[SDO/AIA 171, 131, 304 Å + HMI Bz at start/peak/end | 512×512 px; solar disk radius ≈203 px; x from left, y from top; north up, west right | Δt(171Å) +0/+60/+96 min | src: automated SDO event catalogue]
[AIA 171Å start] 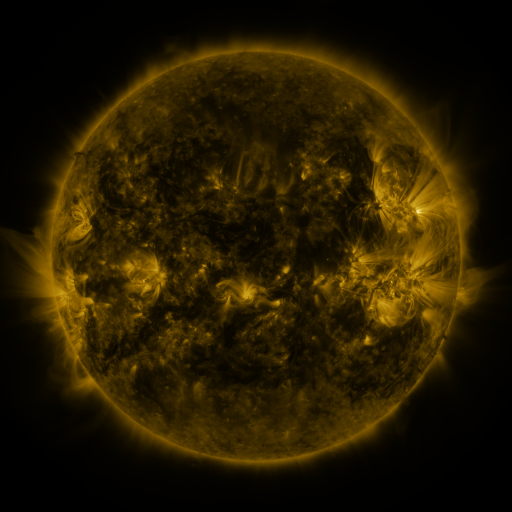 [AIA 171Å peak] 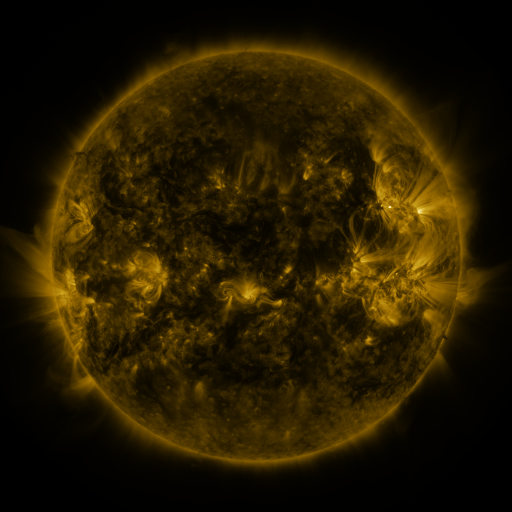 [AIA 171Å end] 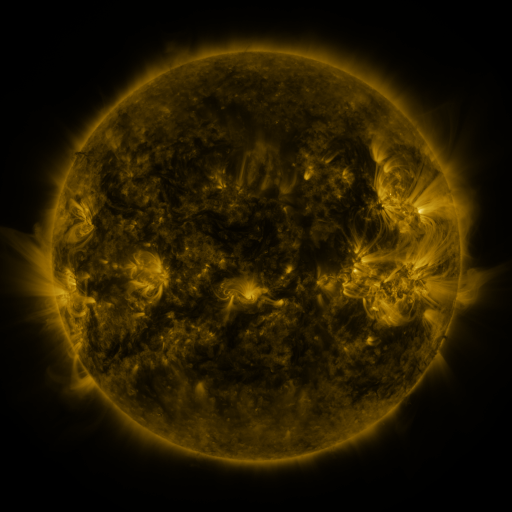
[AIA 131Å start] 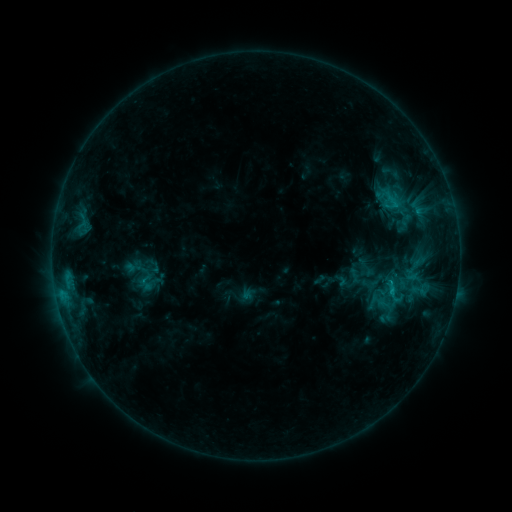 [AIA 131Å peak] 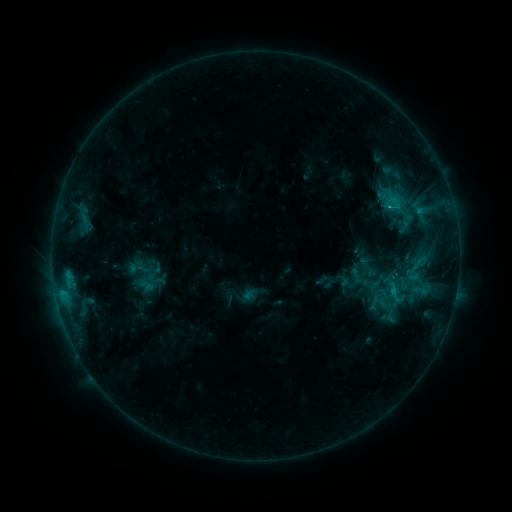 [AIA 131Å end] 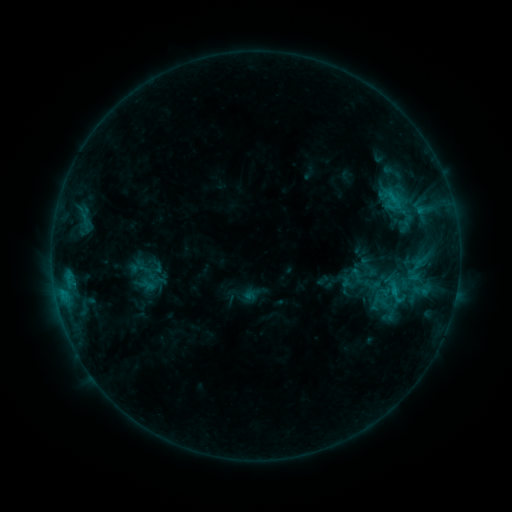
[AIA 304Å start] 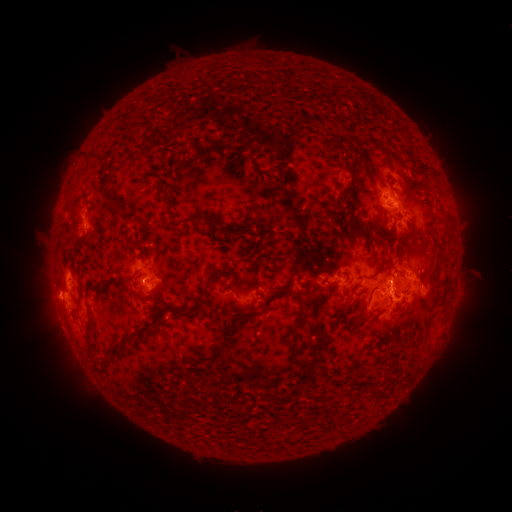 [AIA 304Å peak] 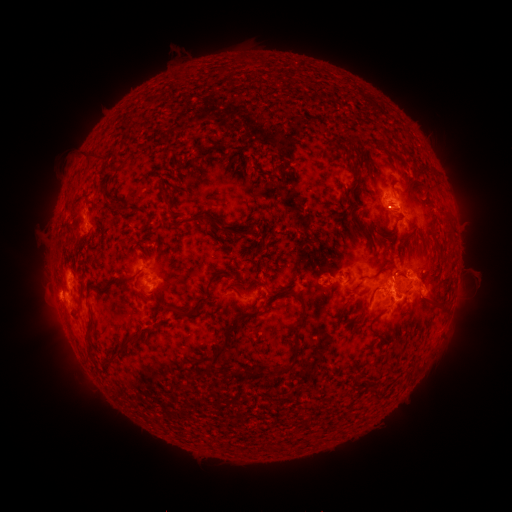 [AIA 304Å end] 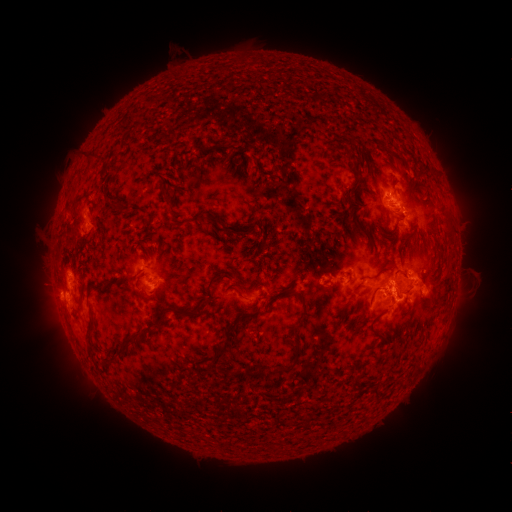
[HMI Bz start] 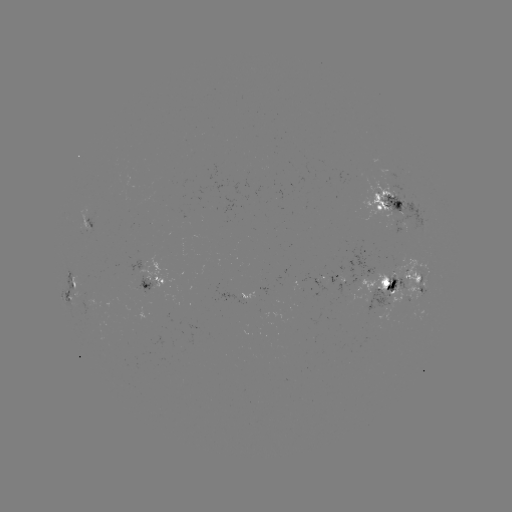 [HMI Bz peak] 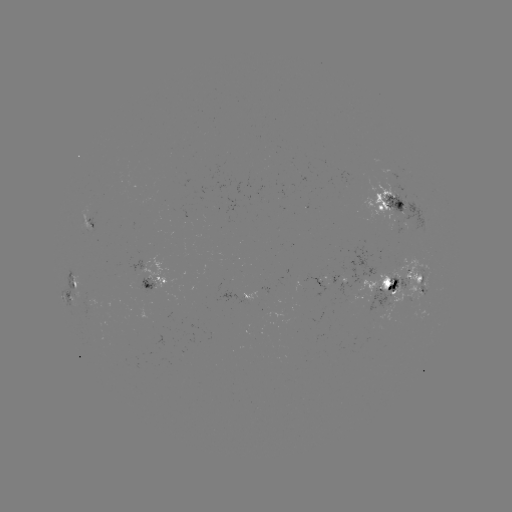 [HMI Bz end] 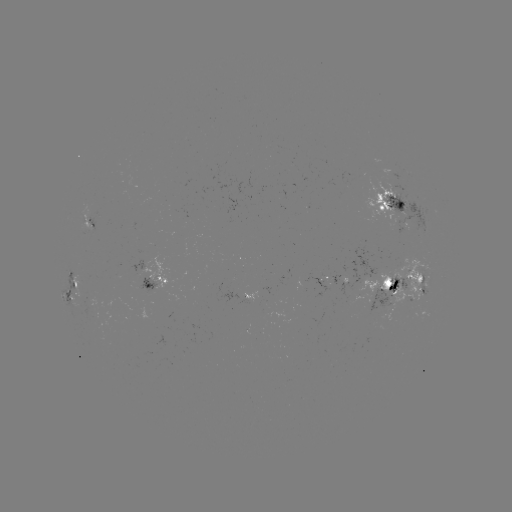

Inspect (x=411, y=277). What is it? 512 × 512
emerging-flux region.